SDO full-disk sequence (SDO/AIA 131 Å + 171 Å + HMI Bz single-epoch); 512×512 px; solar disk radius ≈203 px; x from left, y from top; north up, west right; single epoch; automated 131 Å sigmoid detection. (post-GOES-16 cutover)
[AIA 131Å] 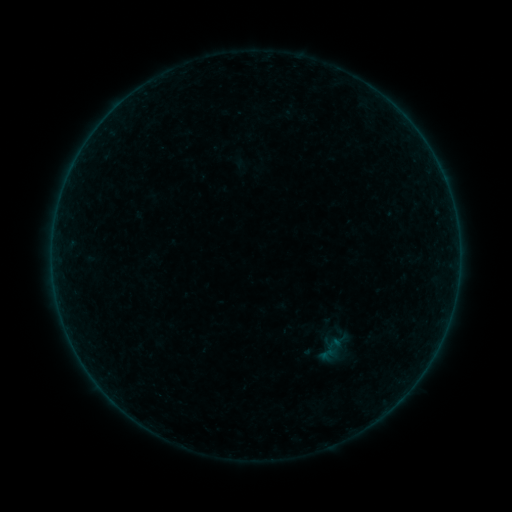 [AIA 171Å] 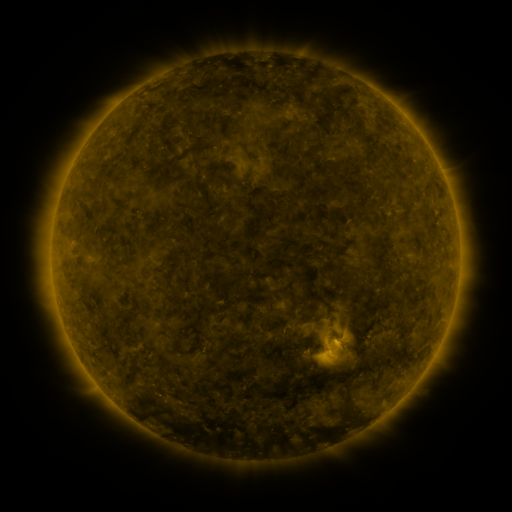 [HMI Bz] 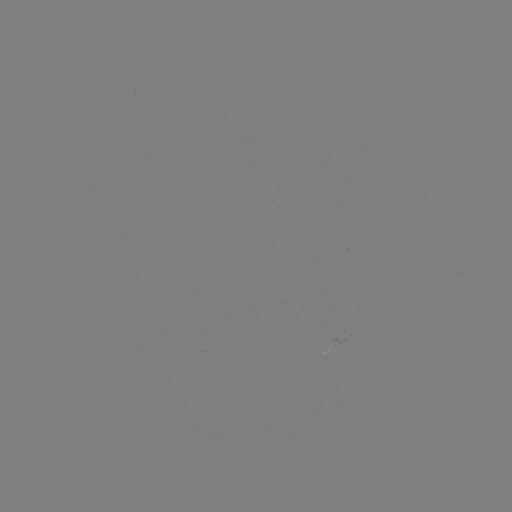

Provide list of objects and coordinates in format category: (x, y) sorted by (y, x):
sigmoid: (327, 354)
